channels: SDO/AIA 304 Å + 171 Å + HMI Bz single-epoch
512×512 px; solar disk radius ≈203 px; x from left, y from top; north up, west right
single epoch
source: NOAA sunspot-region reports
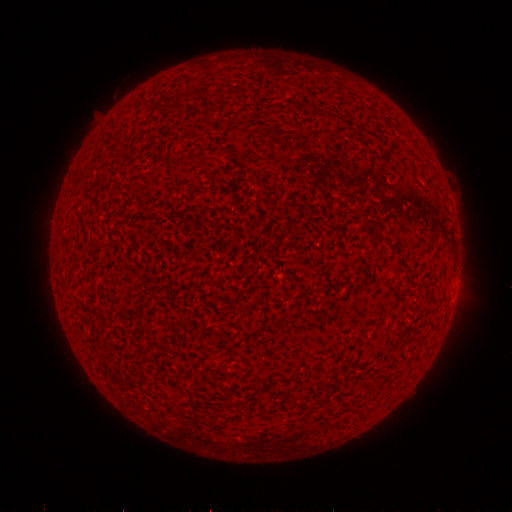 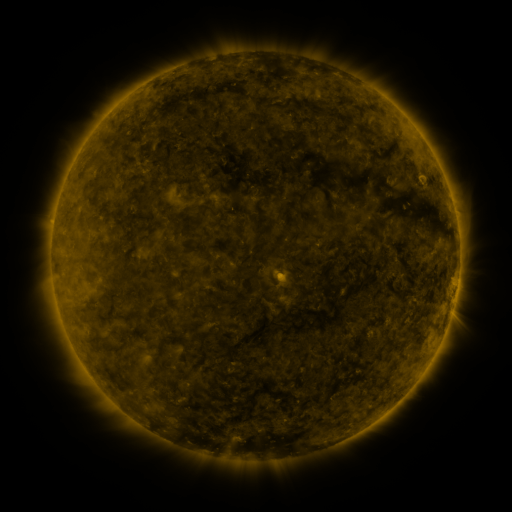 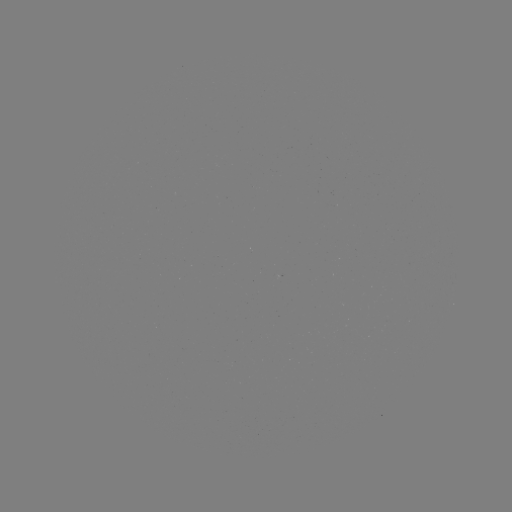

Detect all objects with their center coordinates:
spotted active region: (283, 273)
